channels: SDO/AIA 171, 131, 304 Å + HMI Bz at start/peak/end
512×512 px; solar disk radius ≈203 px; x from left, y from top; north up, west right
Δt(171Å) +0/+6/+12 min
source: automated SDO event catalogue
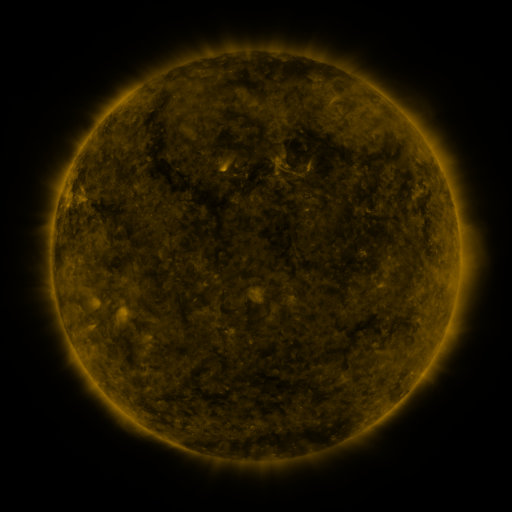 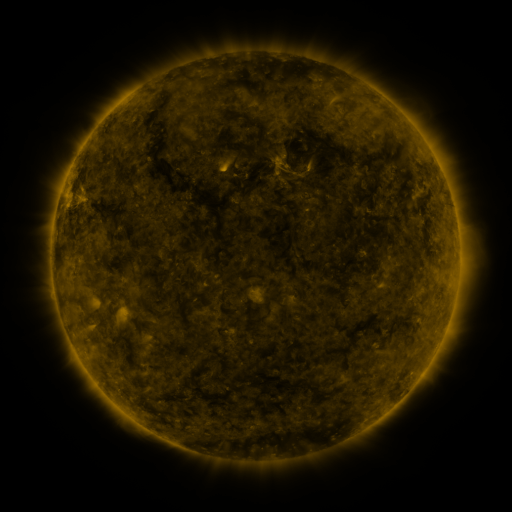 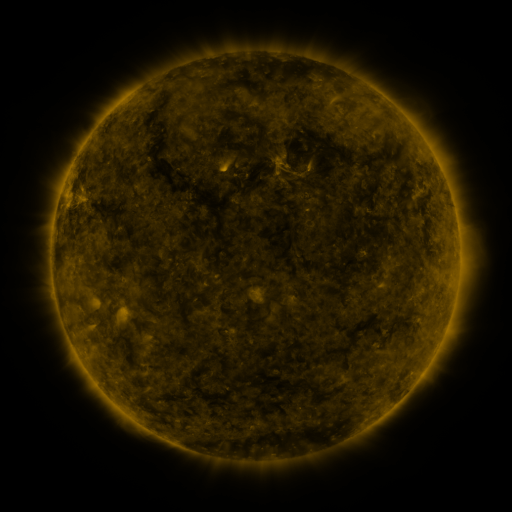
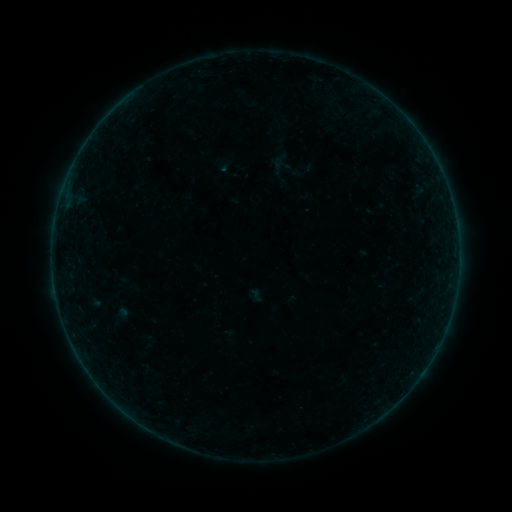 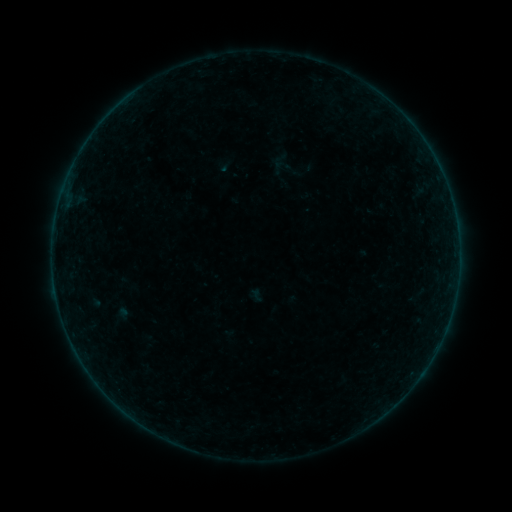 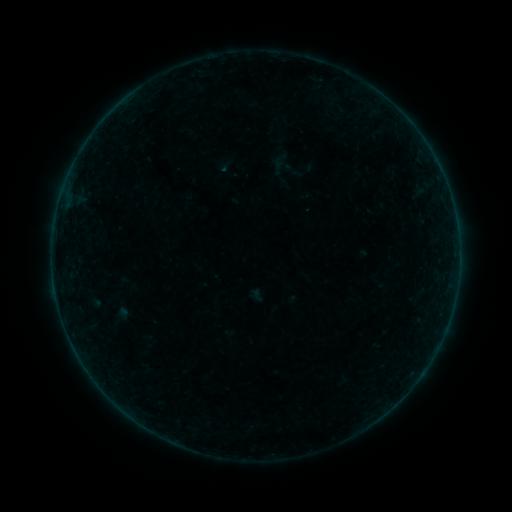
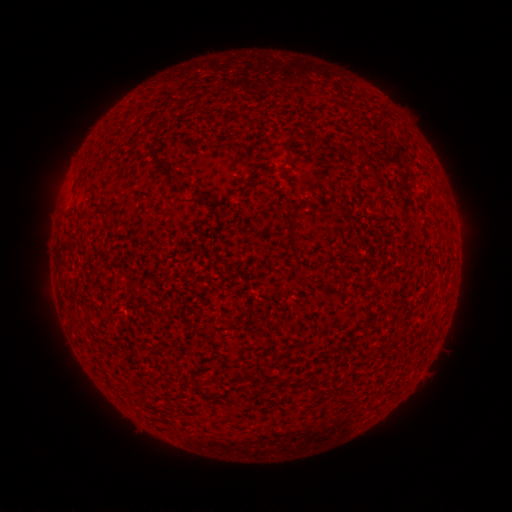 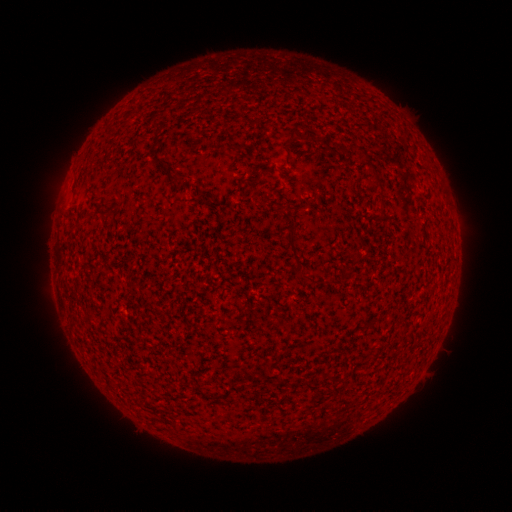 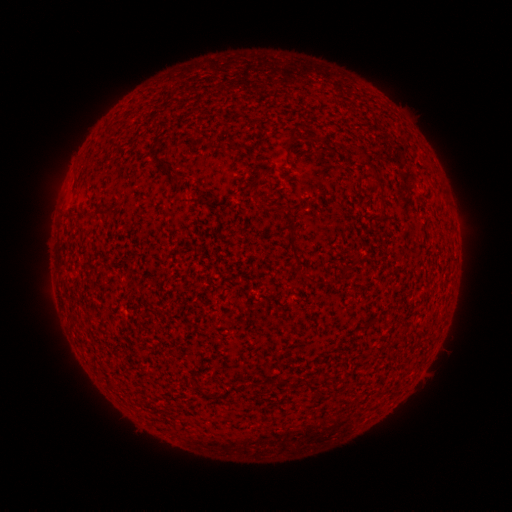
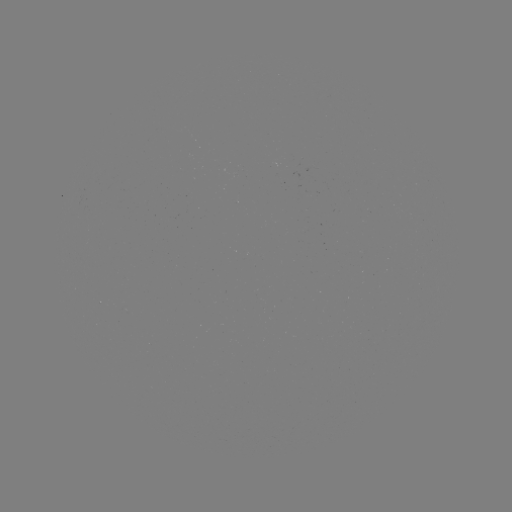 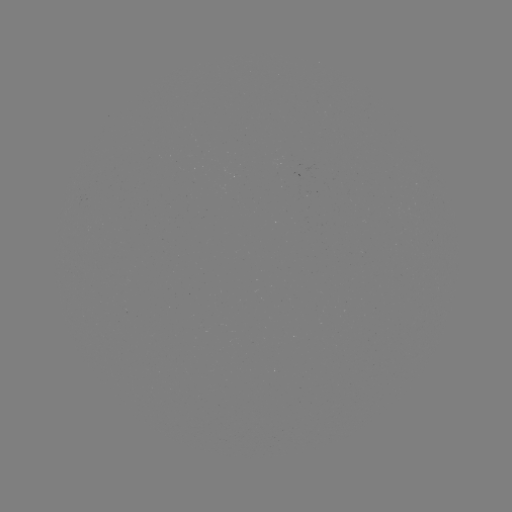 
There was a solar flare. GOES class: B2.9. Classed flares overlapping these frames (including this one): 1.